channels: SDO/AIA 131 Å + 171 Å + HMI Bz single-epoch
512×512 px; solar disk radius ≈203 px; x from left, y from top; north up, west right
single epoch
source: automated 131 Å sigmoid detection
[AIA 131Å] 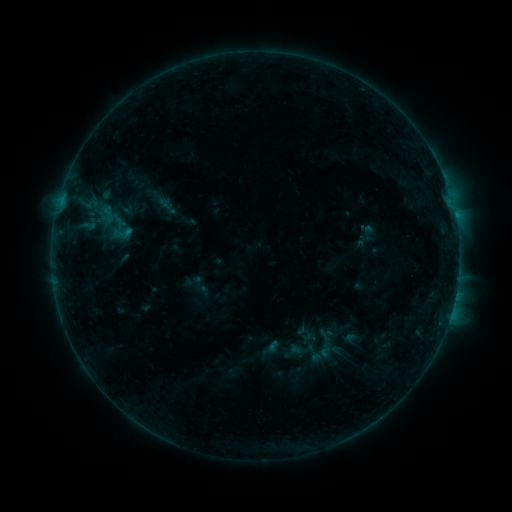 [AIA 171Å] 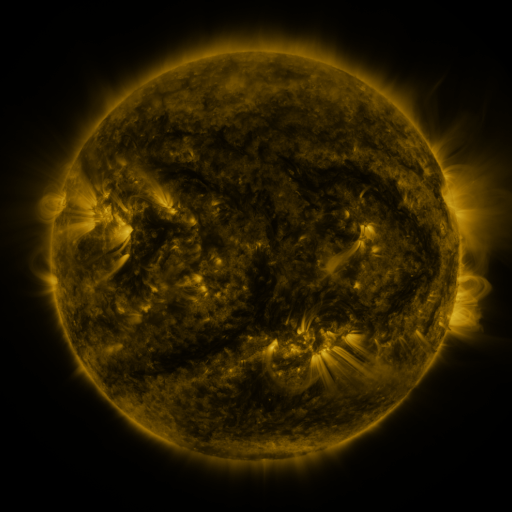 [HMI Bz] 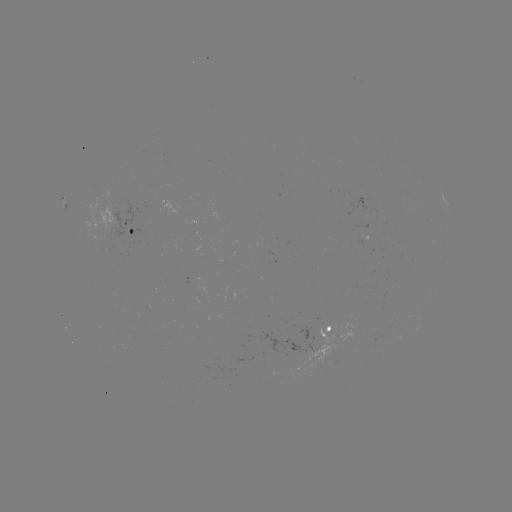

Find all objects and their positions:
sigmoid: (124, 233)
sigmoid: (313, 354)
